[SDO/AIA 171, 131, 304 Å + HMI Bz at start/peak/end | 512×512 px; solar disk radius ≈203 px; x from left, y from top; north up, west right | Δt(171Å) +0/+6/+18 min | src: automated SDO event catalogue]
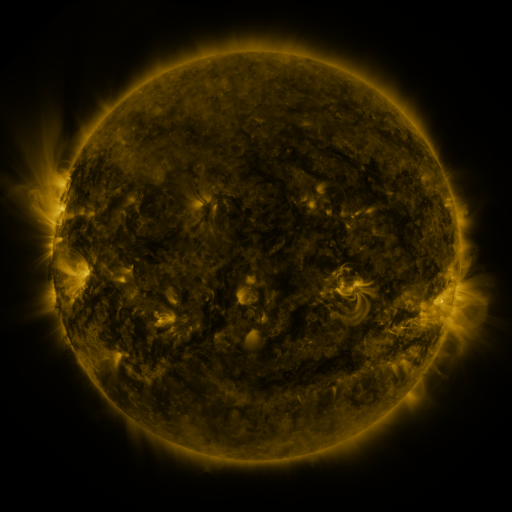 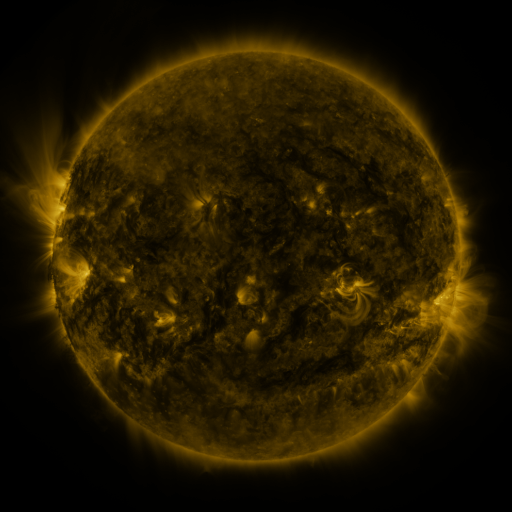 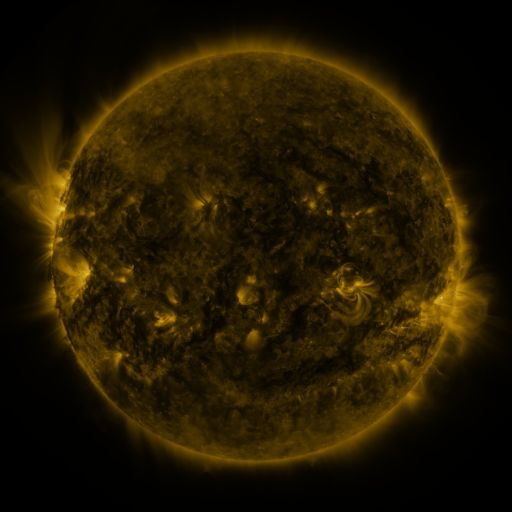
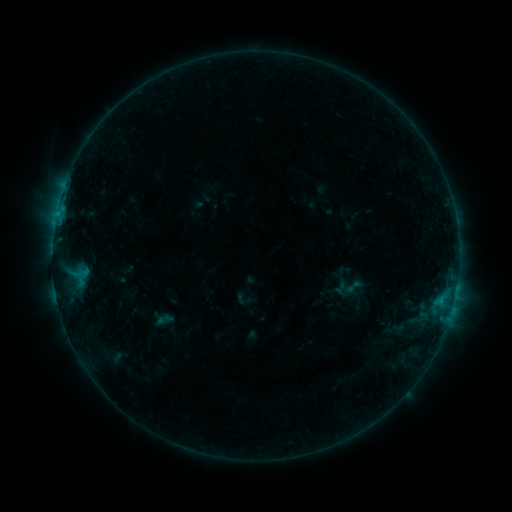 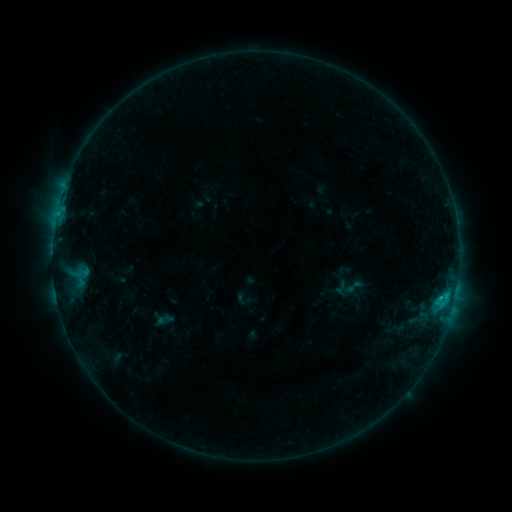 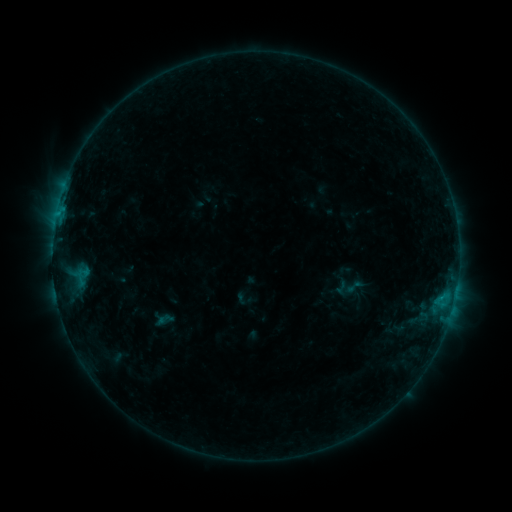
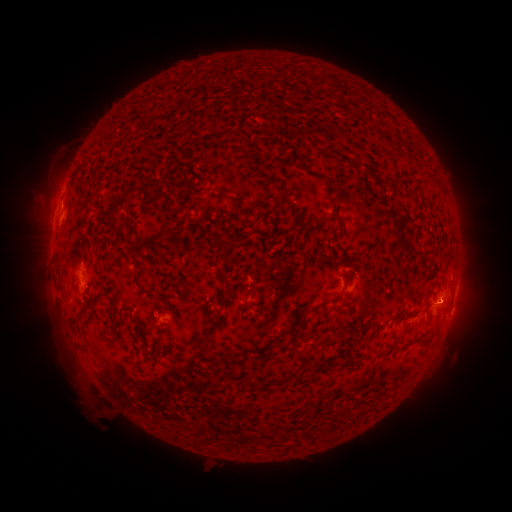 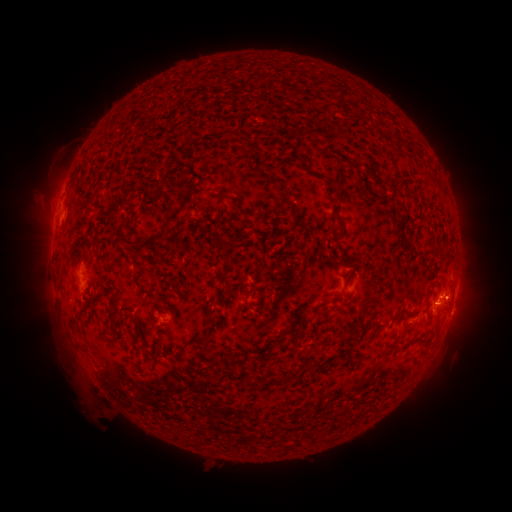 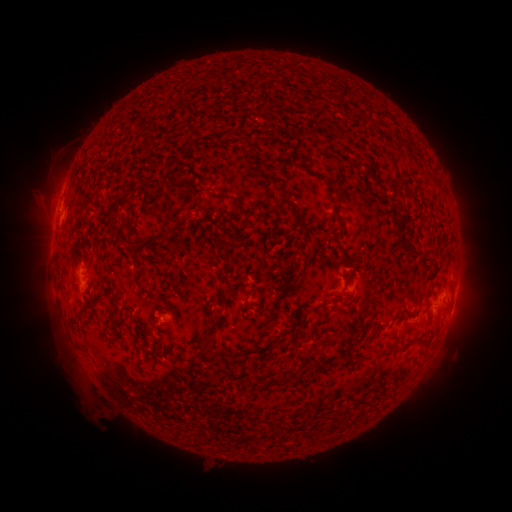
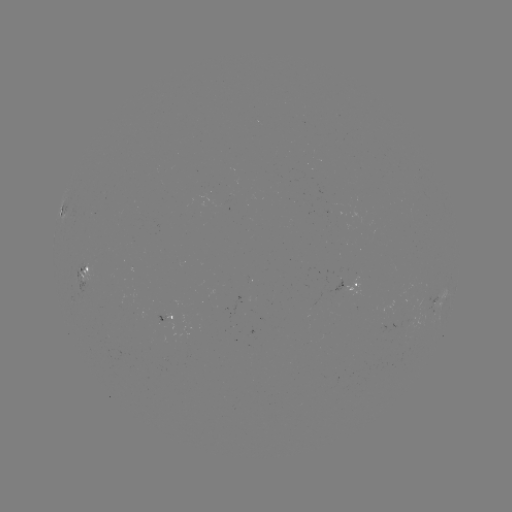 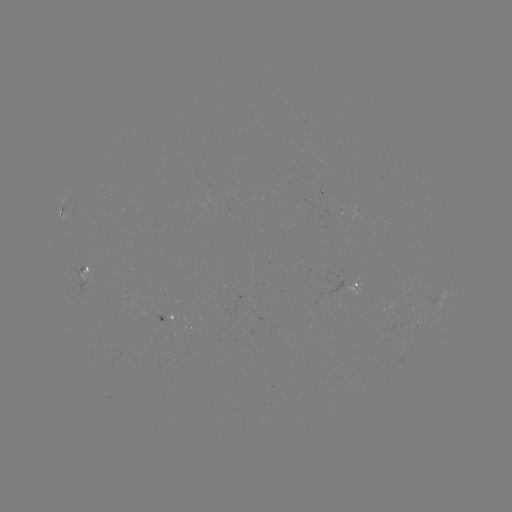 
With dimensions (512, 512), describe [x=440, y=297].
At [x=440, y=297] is B8.0 flare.